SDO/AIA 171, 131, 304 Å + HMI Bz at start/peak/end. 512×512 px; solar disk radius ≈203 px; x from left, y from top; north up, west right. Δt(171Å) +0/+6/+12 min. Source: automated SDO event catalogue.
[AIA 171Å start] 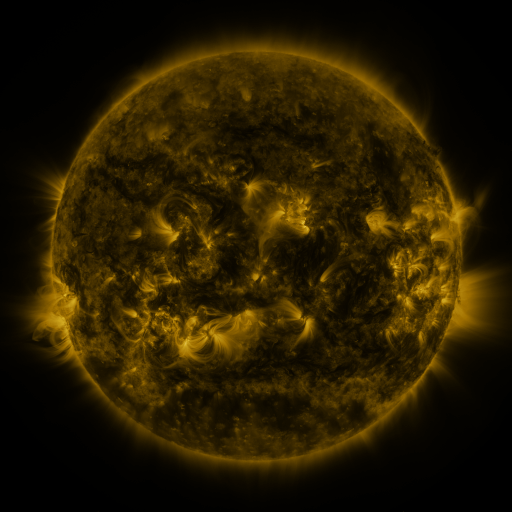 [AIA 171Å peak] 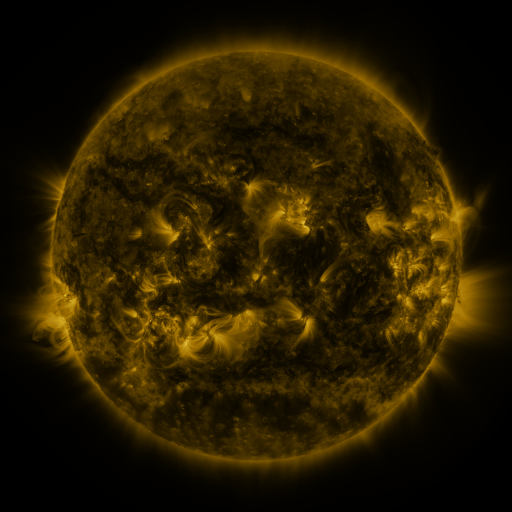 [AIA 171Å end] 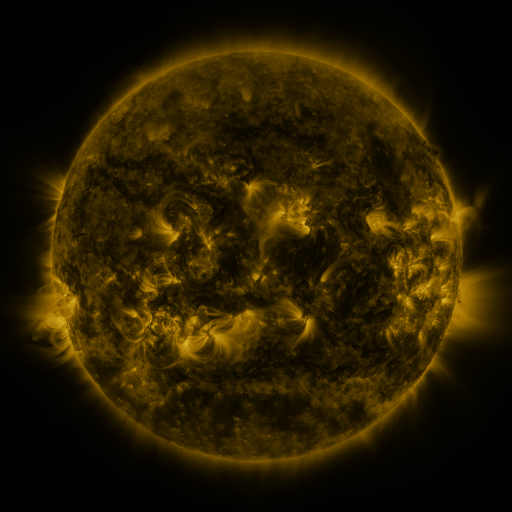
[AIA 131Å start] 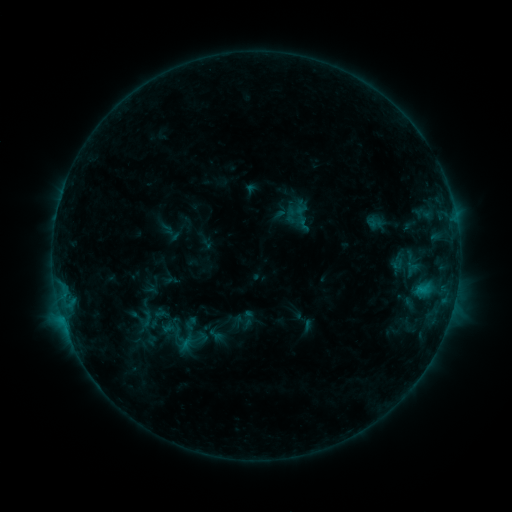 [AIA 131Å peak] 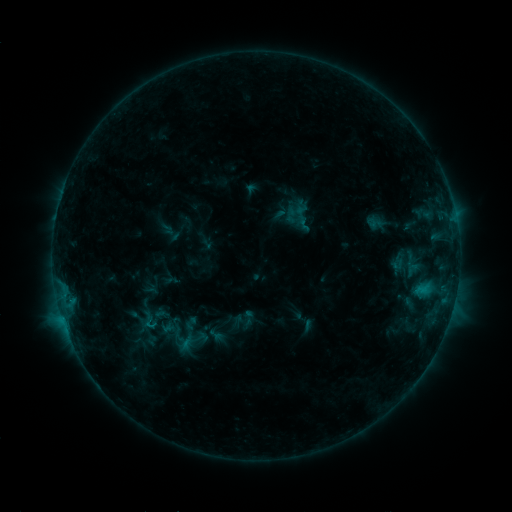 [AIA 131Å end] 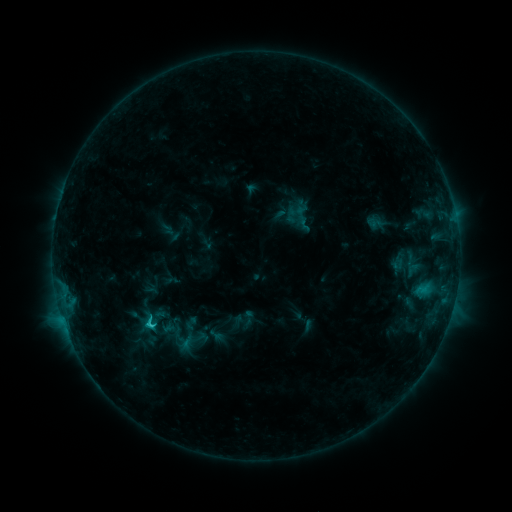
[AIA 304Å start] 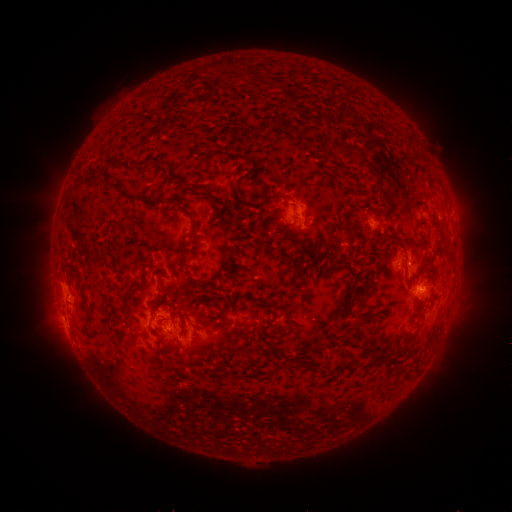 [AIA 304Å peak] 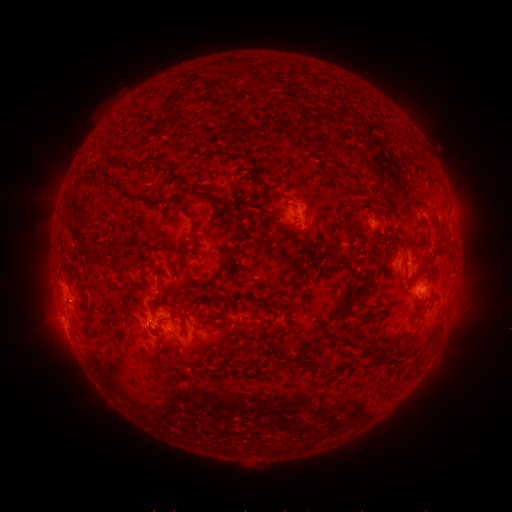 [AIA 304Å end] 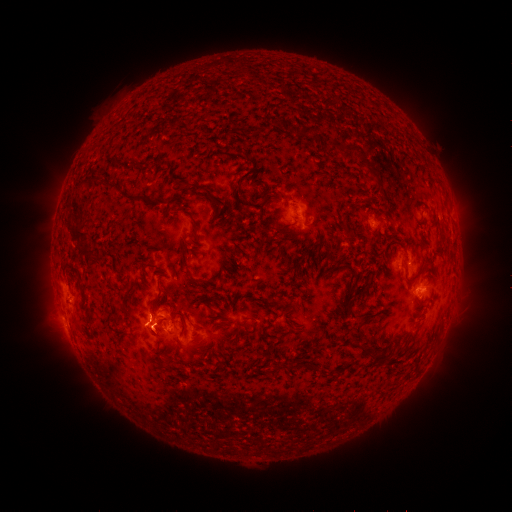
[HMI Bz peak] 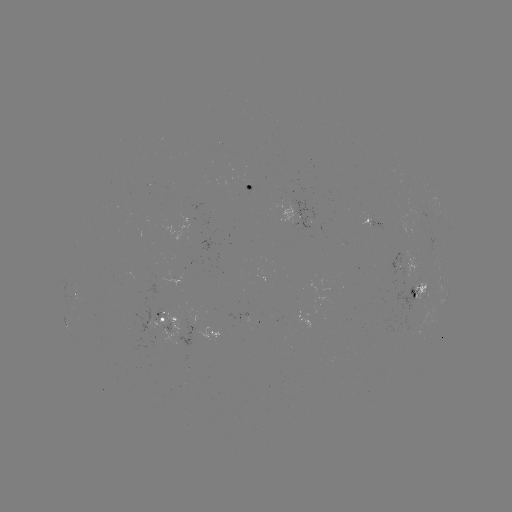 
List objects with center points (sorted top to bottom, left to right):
C1.3 flare: (150, 325)
